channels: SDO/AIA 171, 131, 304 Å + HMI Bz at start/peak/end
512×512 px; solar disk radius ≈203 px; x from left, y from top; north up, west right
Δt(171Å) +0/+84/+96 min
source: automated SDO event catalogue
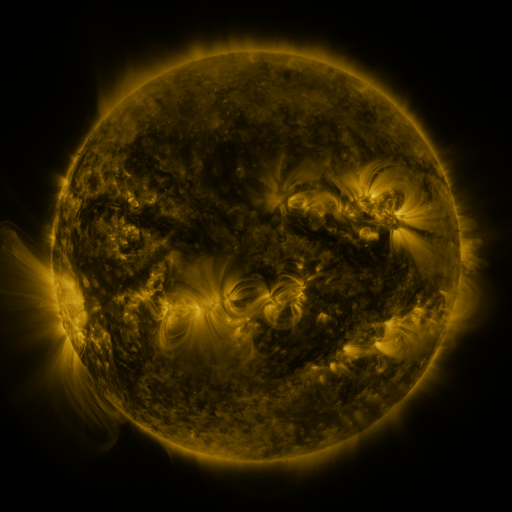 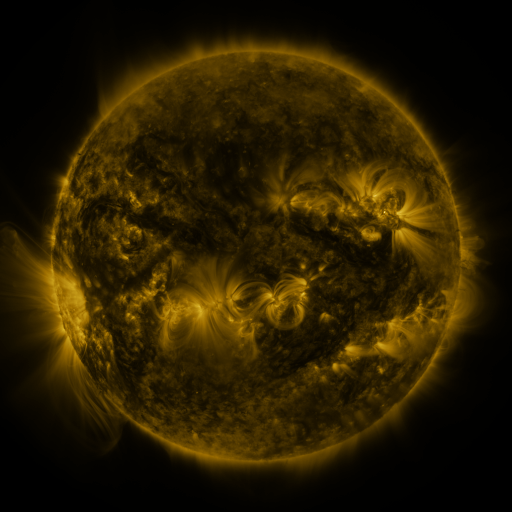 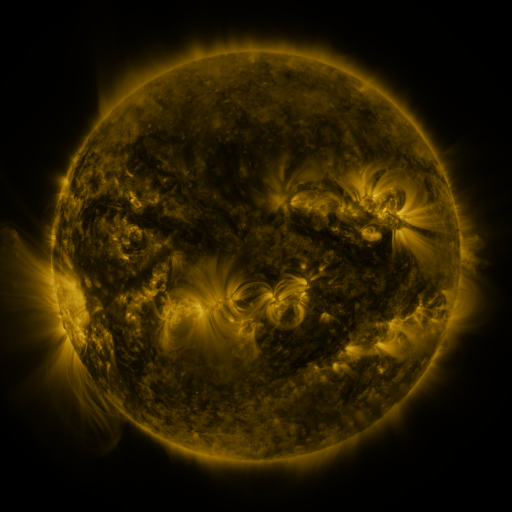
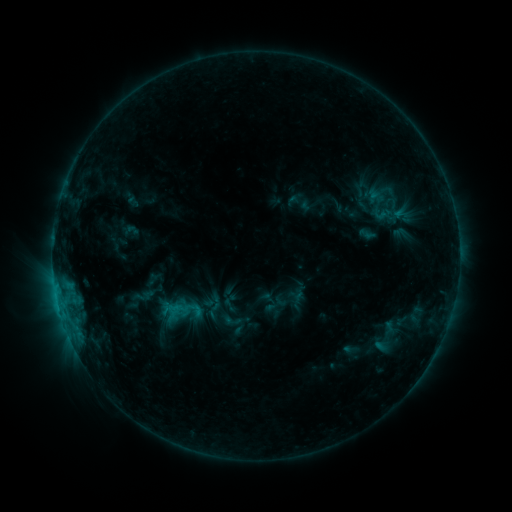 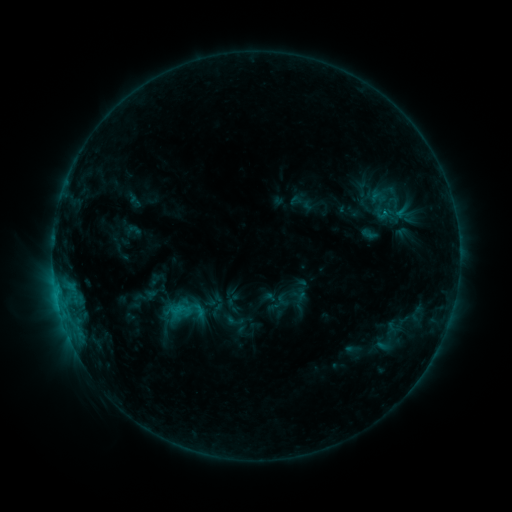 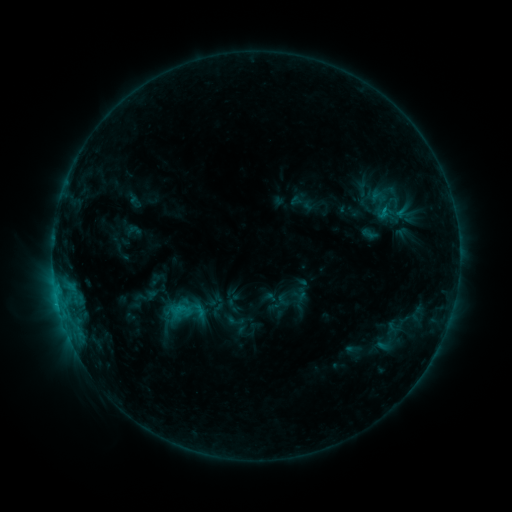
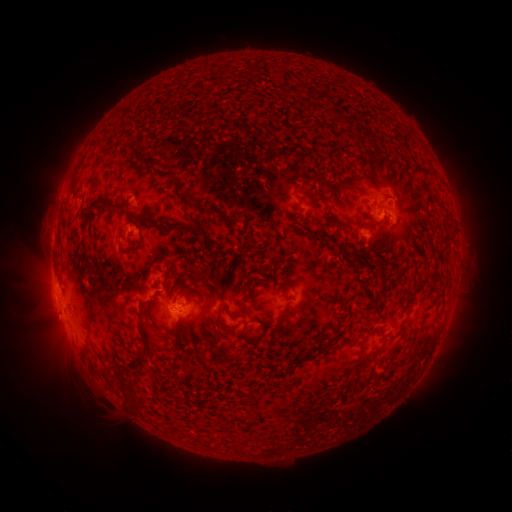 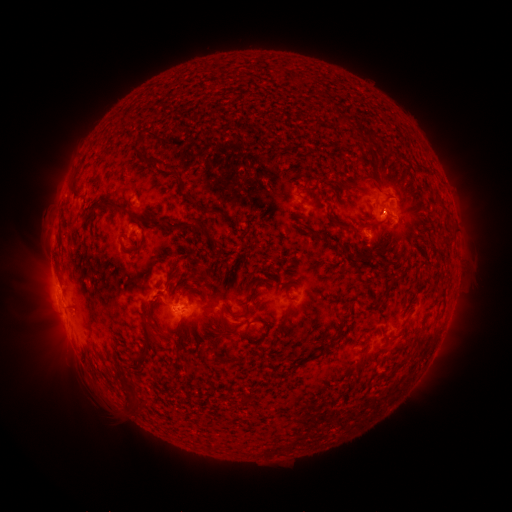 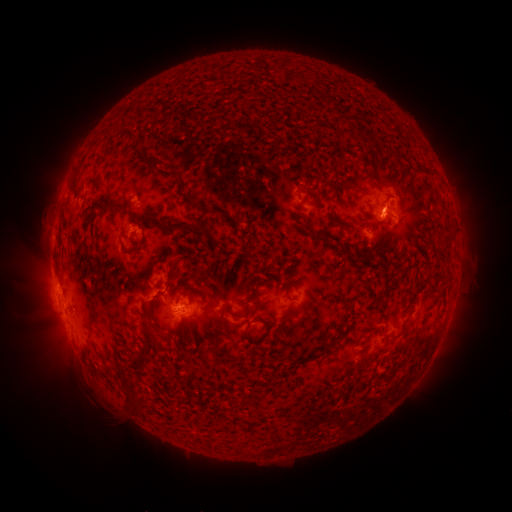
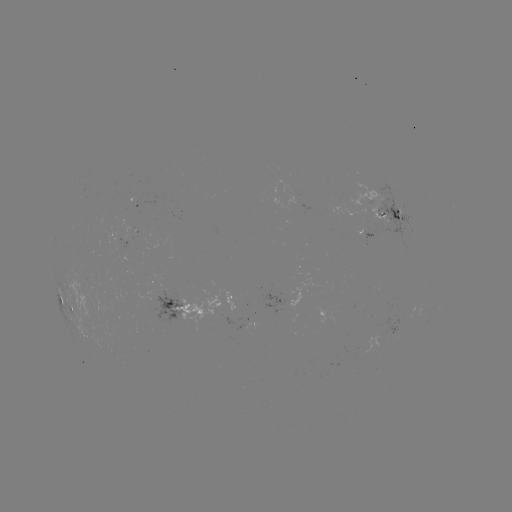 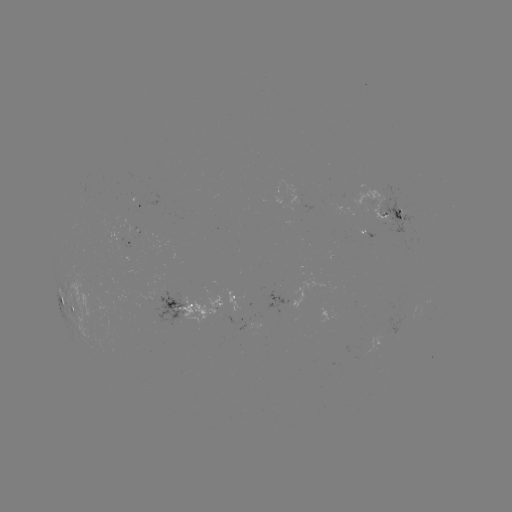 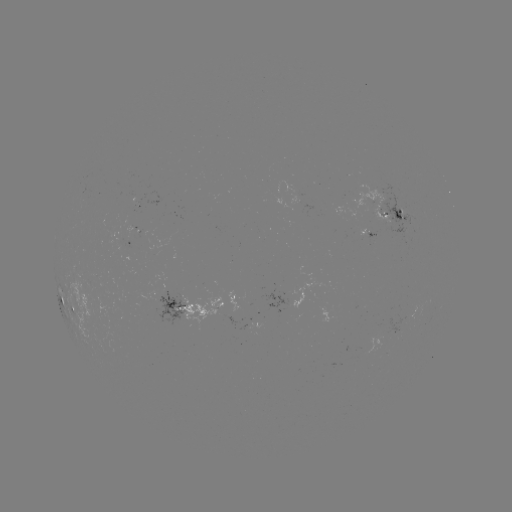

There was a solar emerging-flux region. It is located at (145, 234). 